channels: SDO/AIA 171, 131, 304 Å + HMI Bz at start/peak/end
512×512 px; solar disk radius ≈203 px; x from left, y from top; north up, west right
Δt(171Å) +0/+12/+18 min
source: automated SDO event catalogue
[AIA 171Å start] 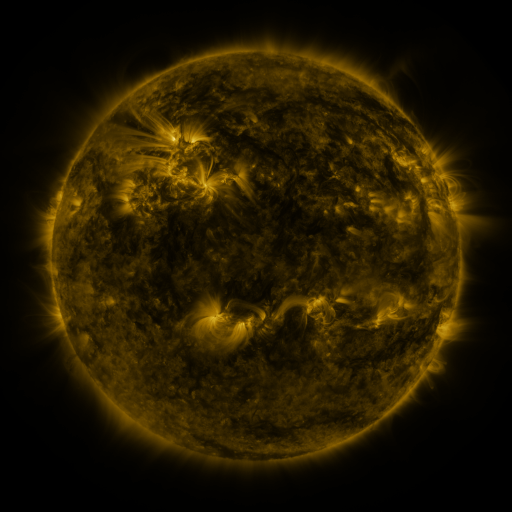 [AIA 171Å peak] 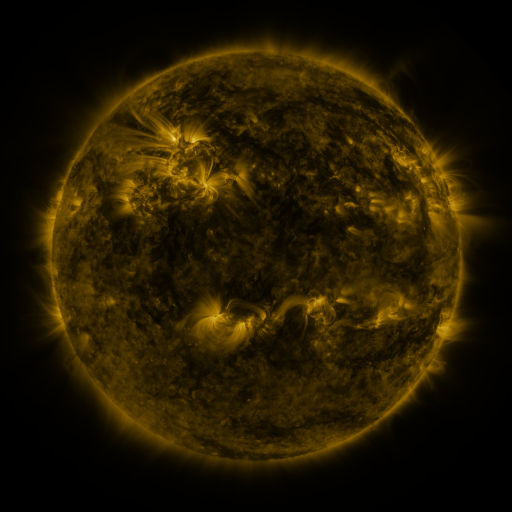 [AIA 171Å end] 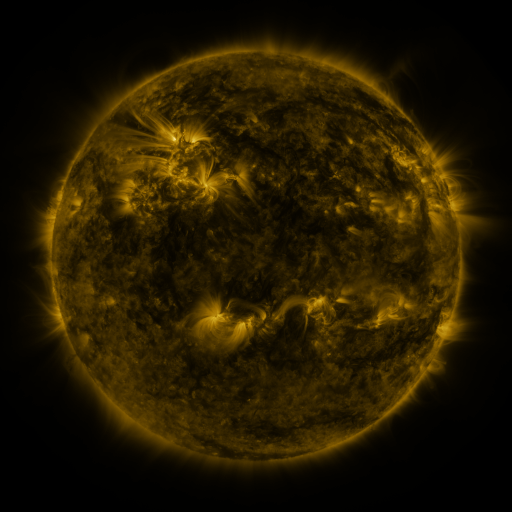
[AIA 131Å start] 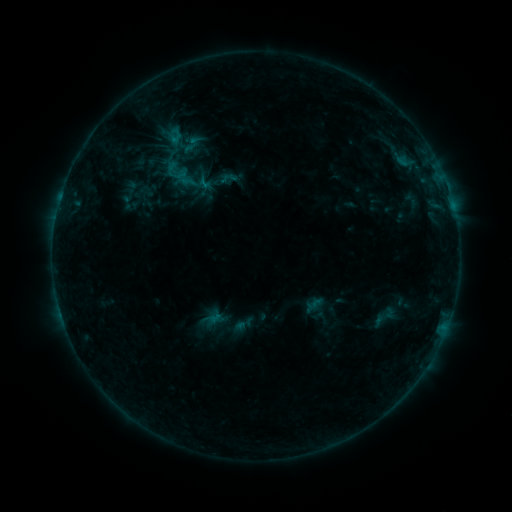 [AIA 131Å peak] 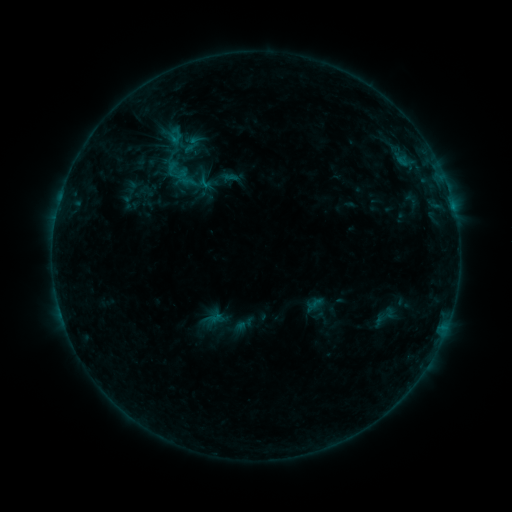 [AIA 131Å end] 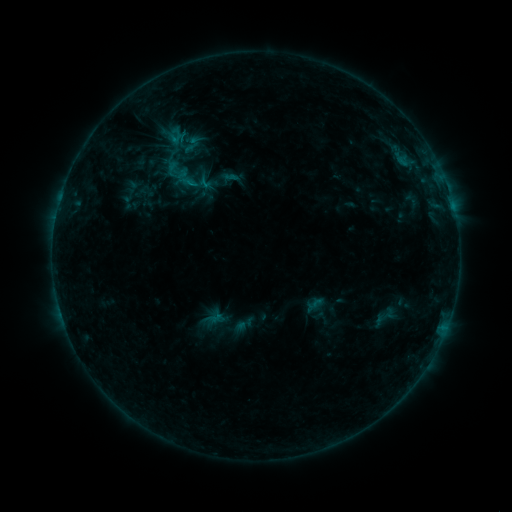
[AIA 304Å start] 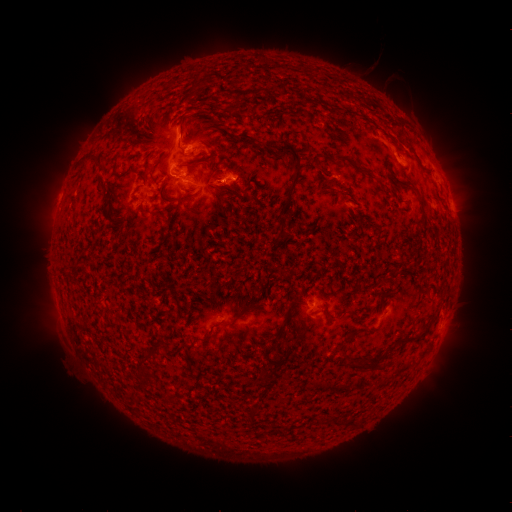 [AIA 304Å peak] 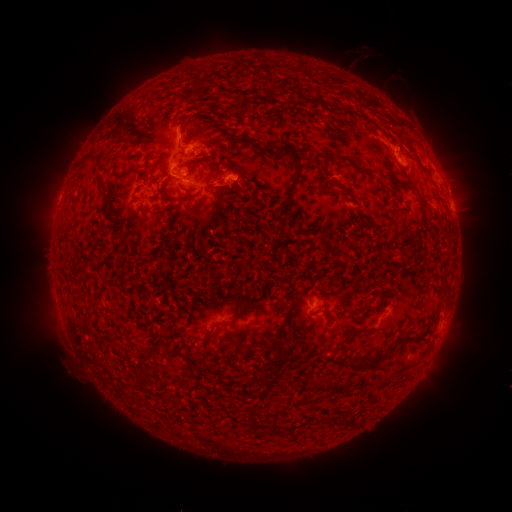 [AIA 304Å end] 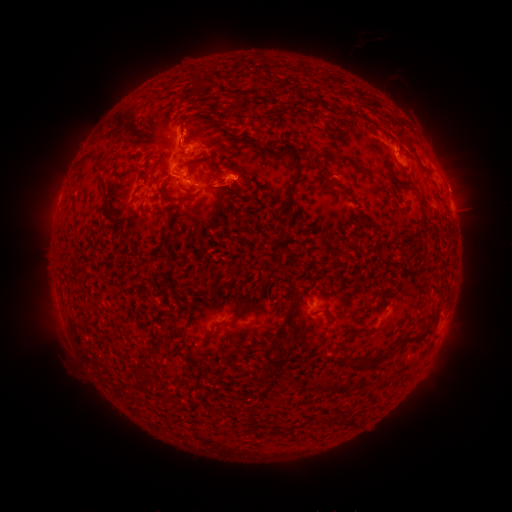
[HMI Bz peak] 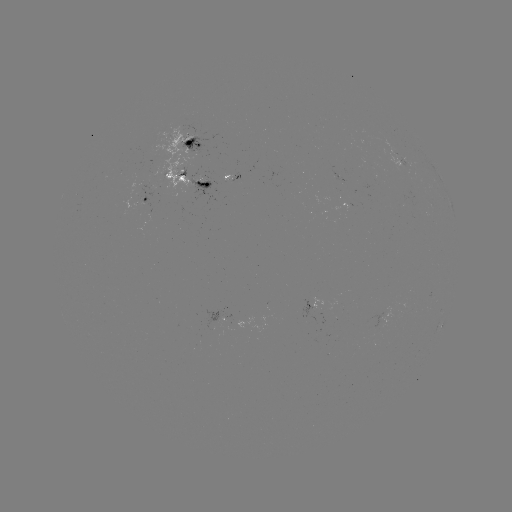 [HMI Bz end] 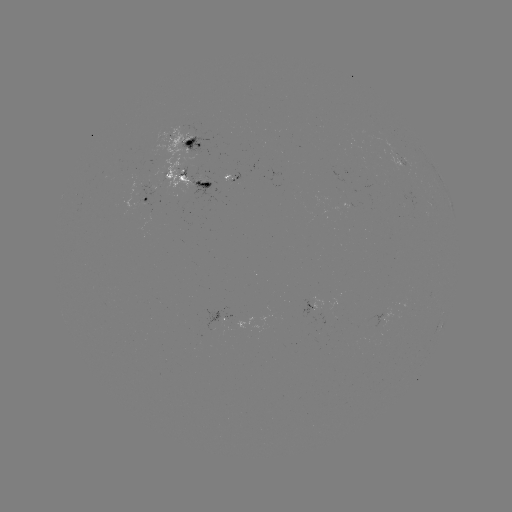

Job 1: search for eruption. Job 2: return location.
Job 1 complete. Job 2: [355, 61].